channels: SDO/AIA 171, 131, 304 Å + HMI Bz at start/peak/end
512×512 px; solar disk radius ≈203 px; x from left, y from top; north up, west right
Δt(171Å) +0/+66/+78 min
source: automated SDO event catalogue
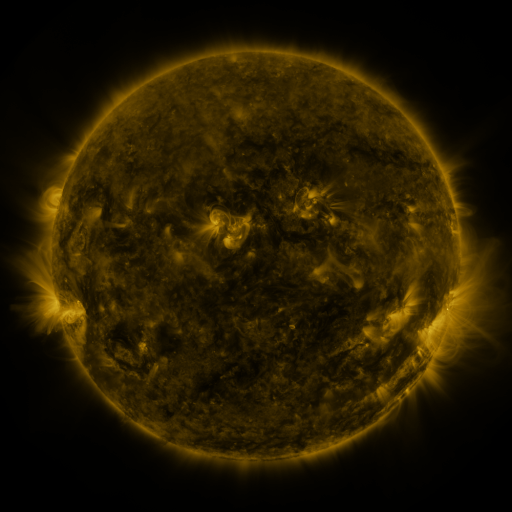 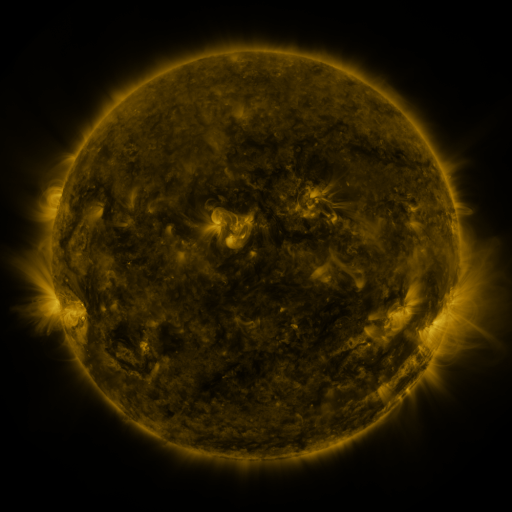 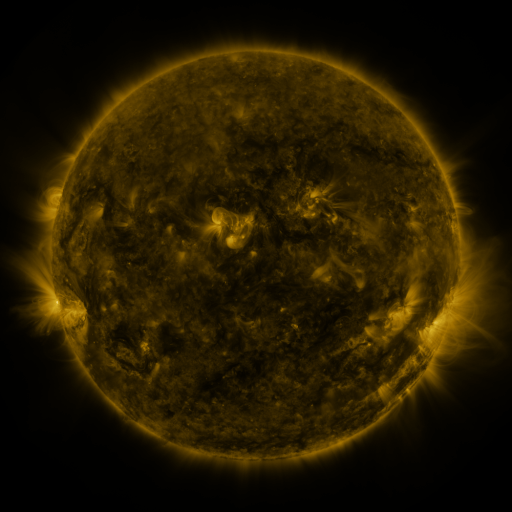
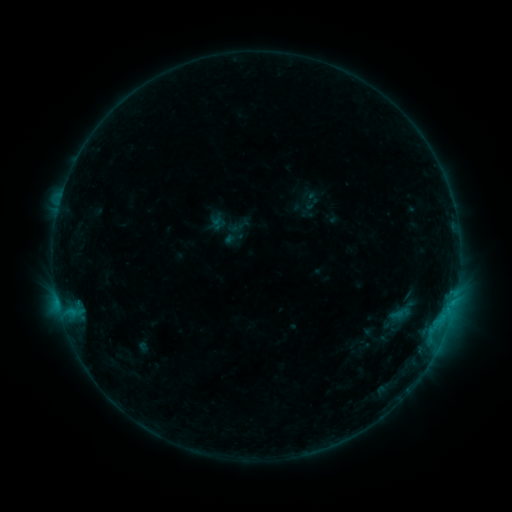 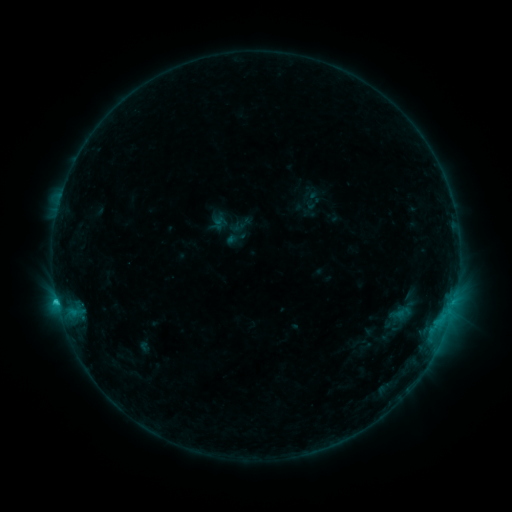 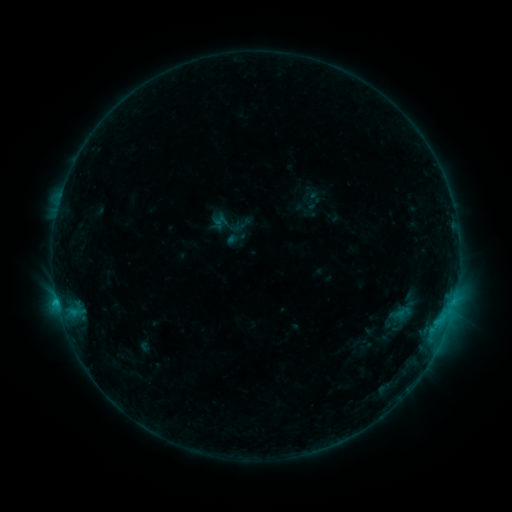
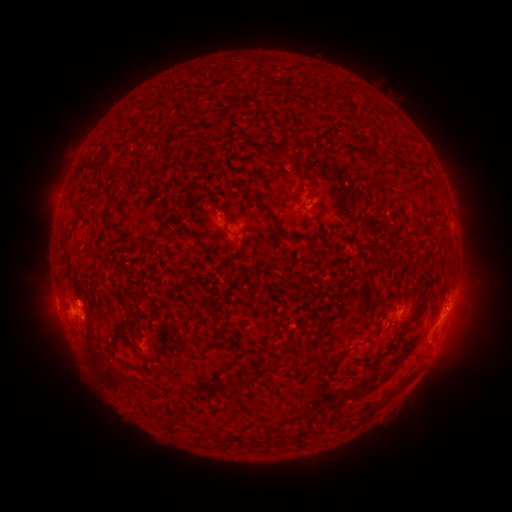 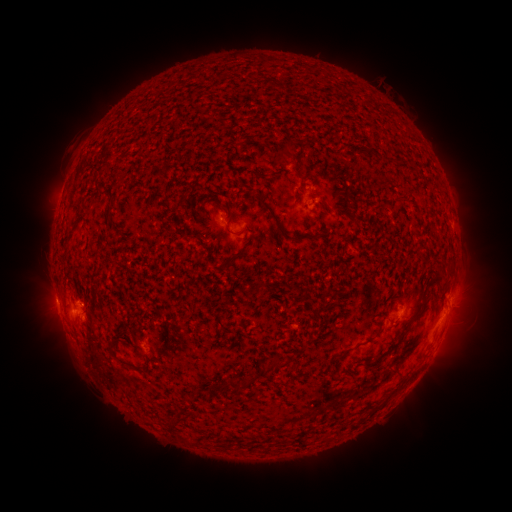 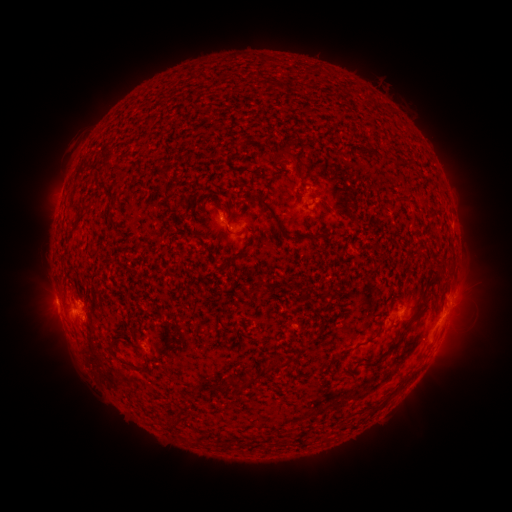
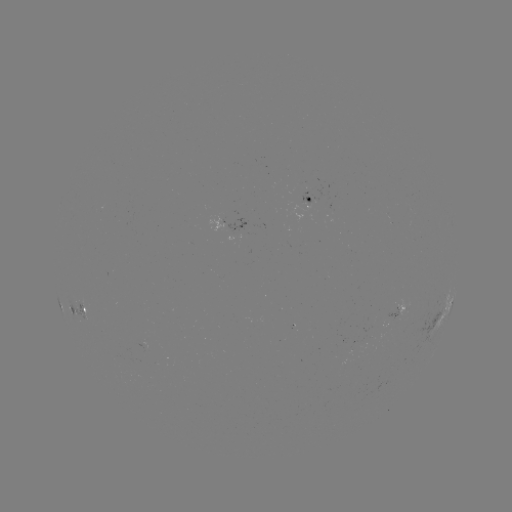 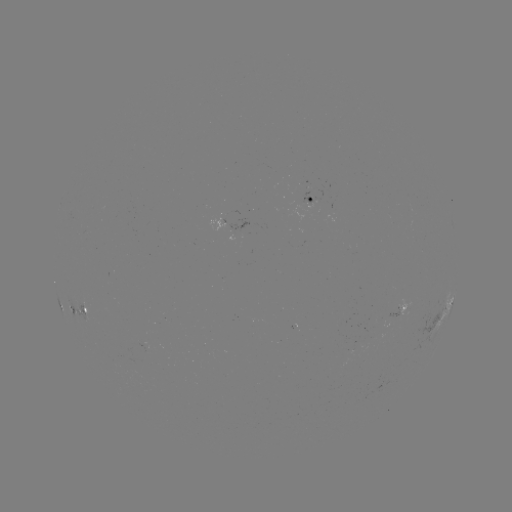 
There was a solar flare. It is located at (57, 298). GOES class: C1.1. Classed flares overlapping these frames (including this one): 2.